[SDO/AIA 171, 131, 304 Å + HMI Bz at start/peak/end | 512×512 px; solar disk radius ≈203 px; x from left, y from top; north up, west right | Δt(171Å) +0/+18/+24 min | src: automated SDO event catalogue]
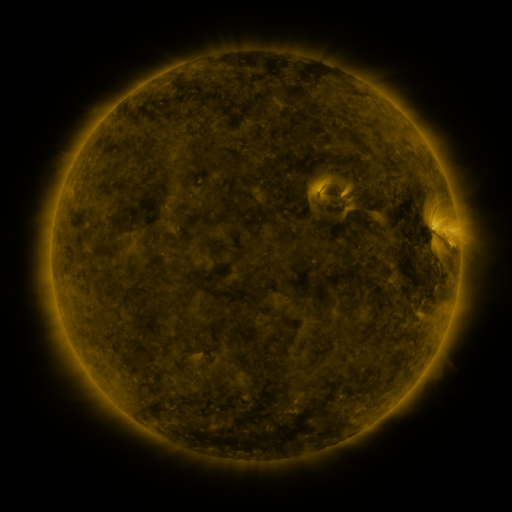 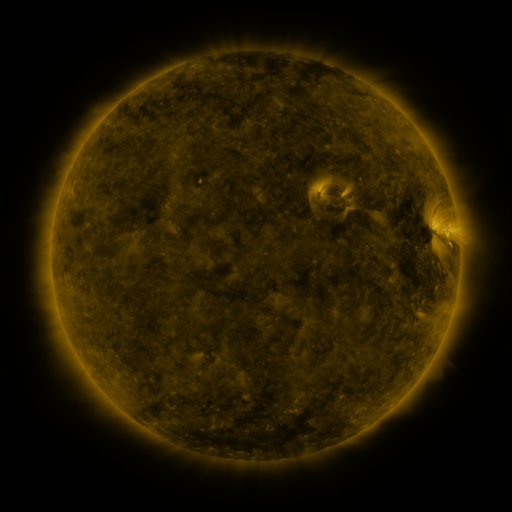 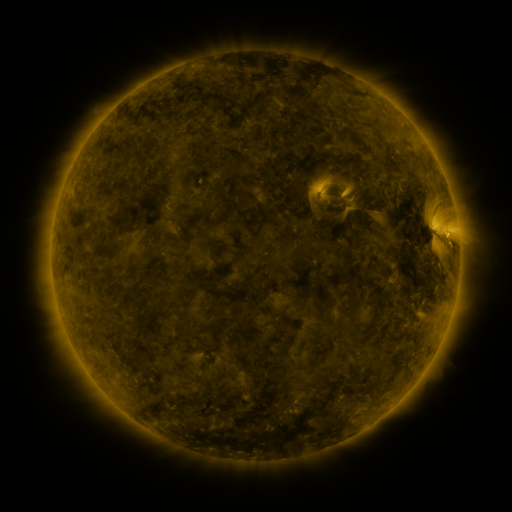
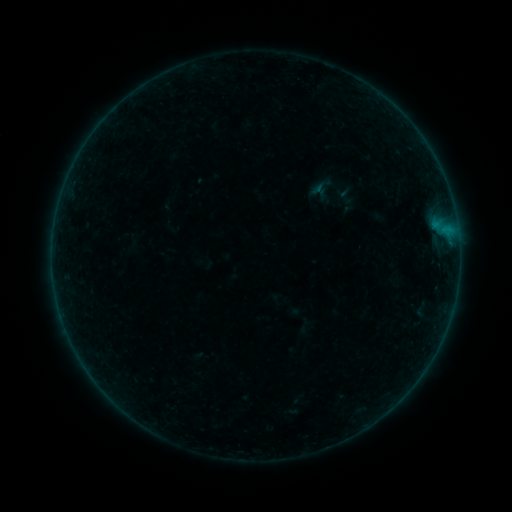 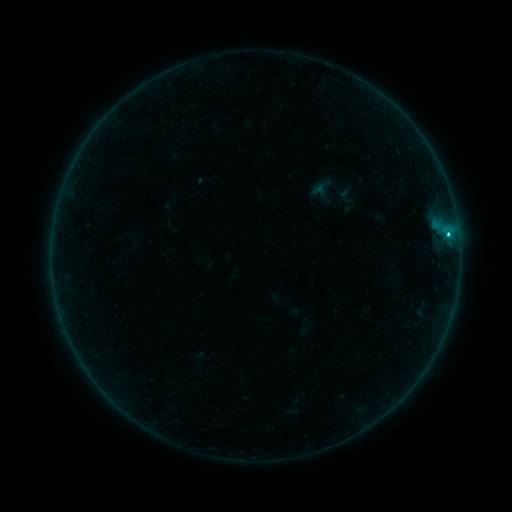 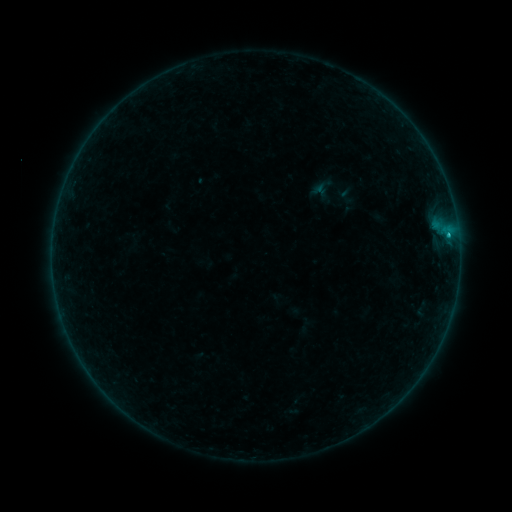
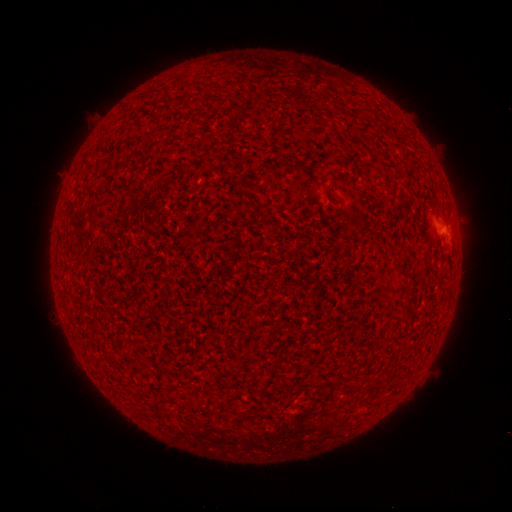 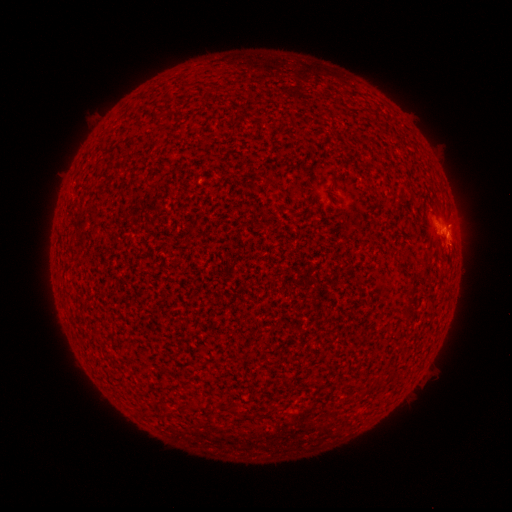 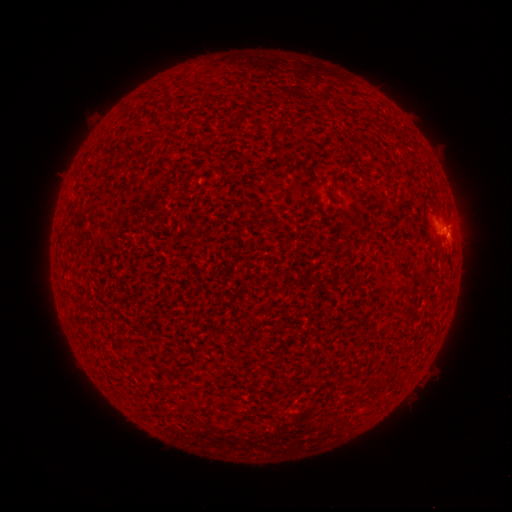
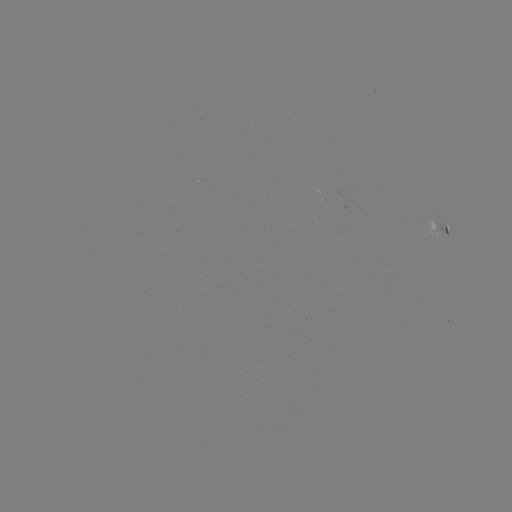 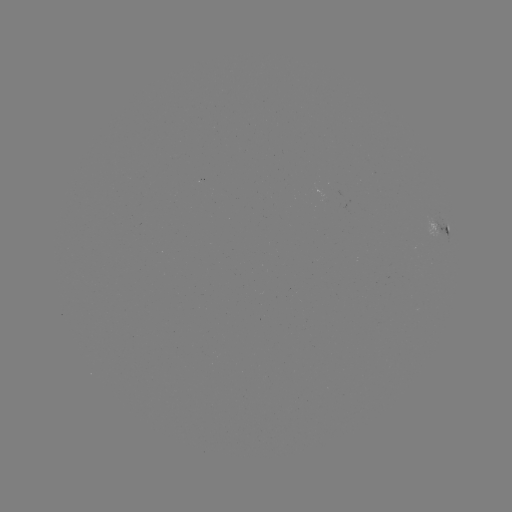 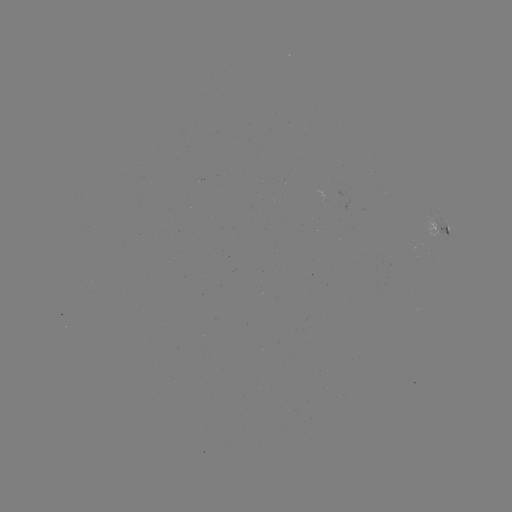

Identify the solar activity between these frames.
B8.4 flare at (447, 235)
